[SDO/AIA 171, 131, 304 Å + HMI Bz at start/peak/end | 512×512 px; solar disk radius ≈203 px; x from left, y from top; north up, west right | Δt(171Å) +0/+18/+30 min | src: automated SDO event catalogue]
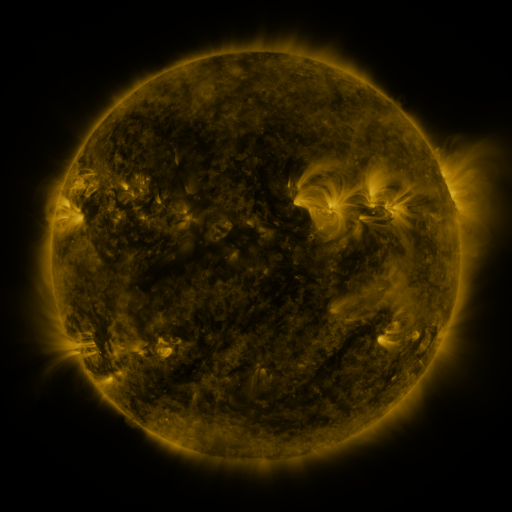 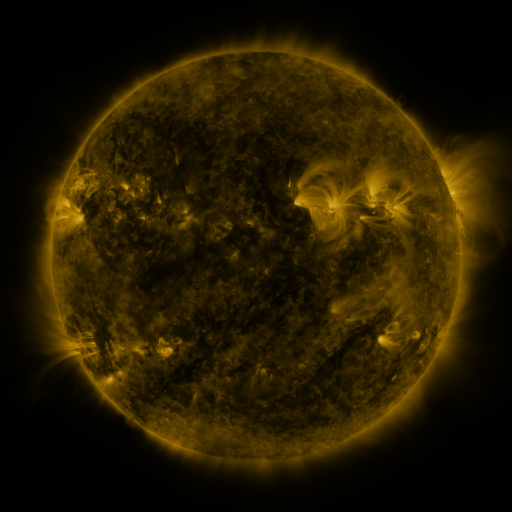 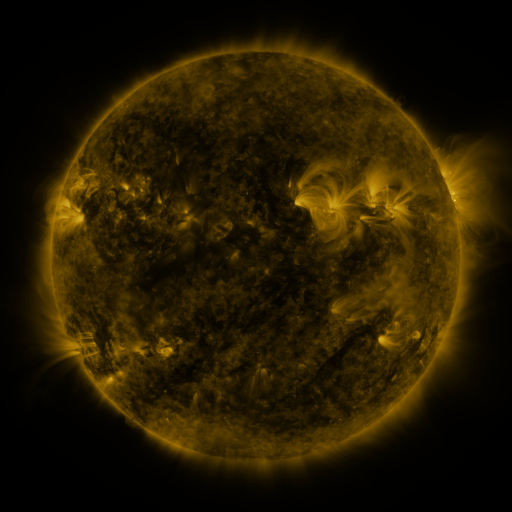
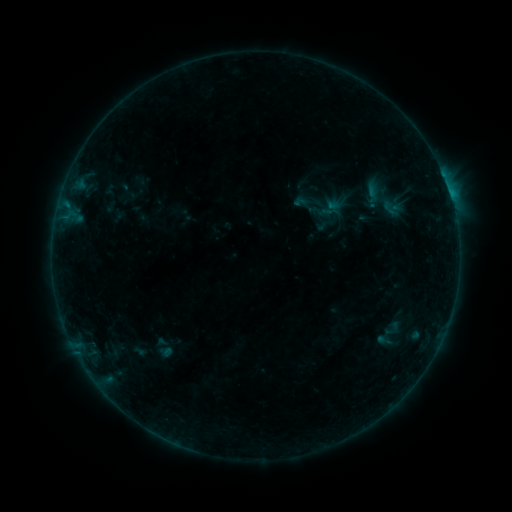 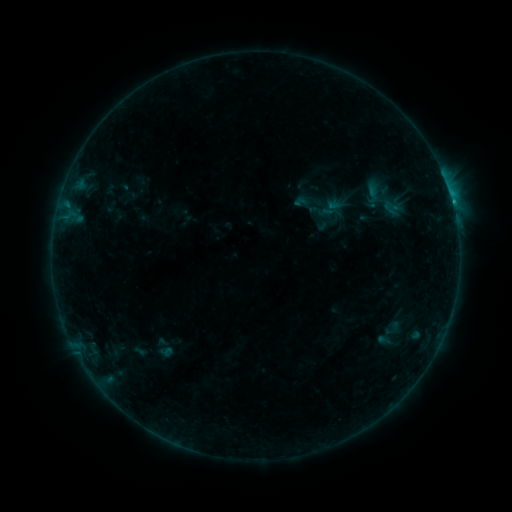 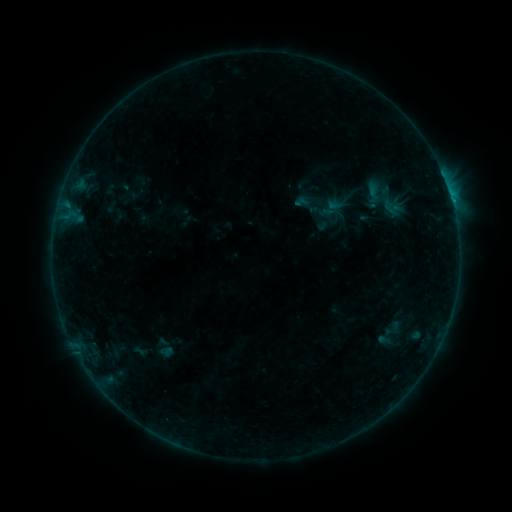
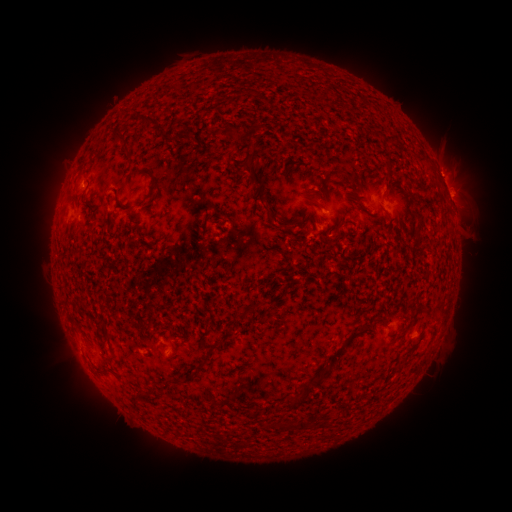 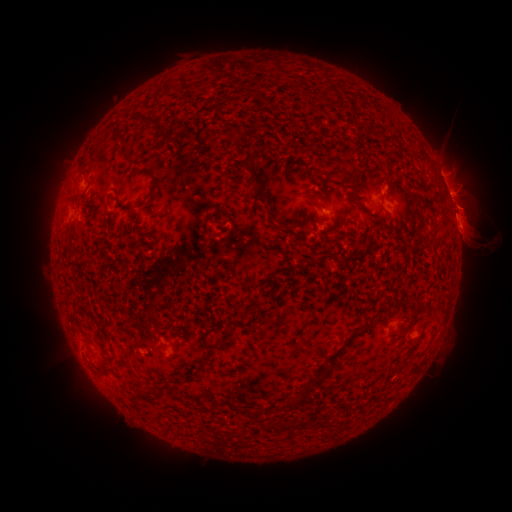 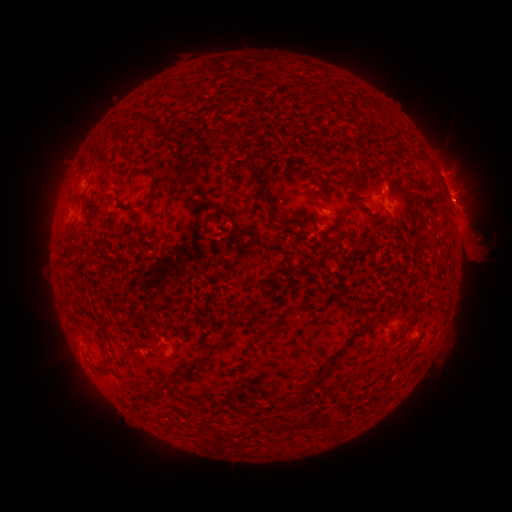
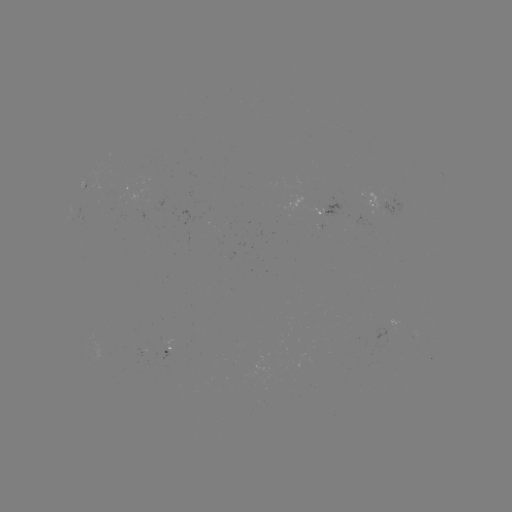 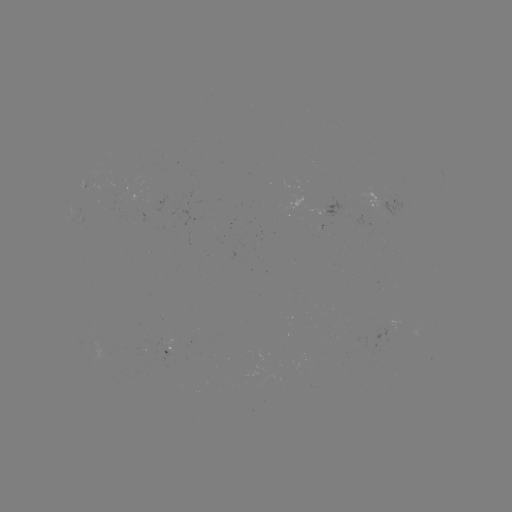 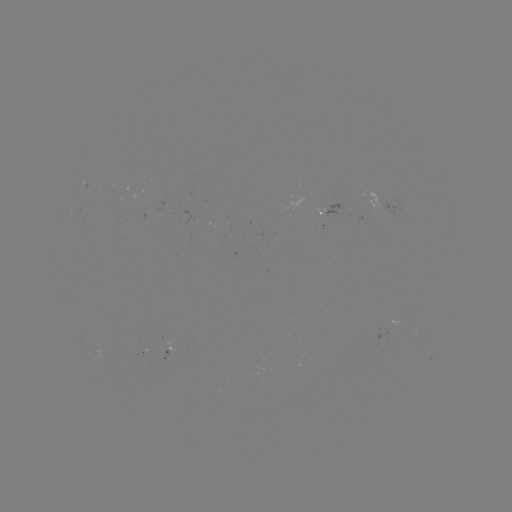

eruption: <bbox>430, 163, 502, 272</bbox>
